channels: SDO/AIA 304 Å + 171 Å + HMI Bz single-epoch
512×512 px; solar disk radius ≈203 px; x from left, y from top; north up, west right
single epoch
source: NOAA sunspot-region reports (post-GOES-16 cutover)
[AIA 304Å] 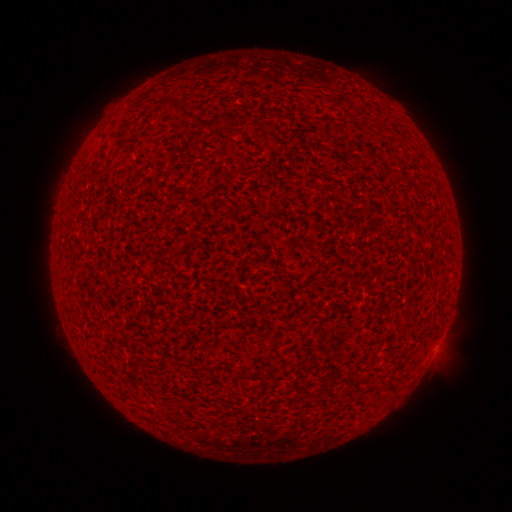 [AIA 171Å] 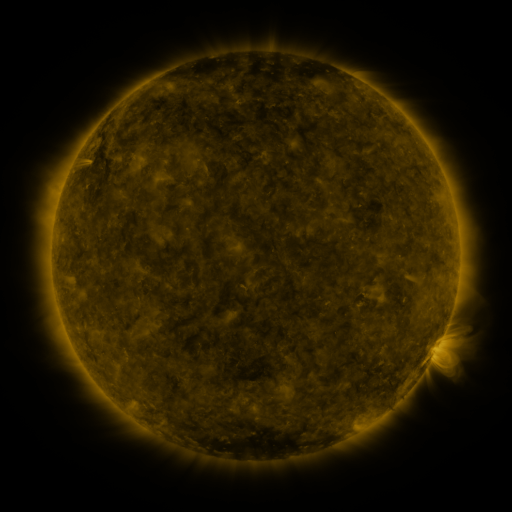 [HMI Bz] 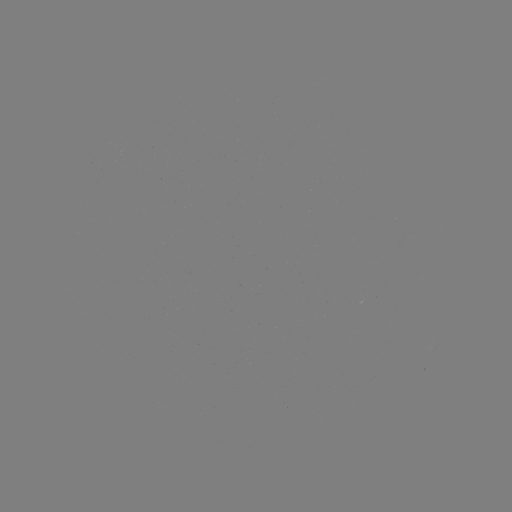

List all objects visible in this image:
spotted active region: (438, 345)
